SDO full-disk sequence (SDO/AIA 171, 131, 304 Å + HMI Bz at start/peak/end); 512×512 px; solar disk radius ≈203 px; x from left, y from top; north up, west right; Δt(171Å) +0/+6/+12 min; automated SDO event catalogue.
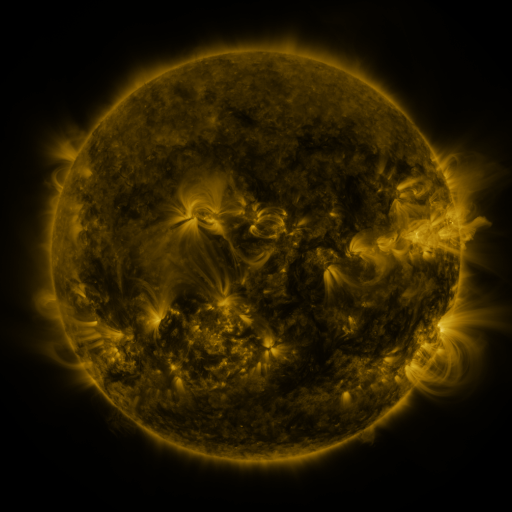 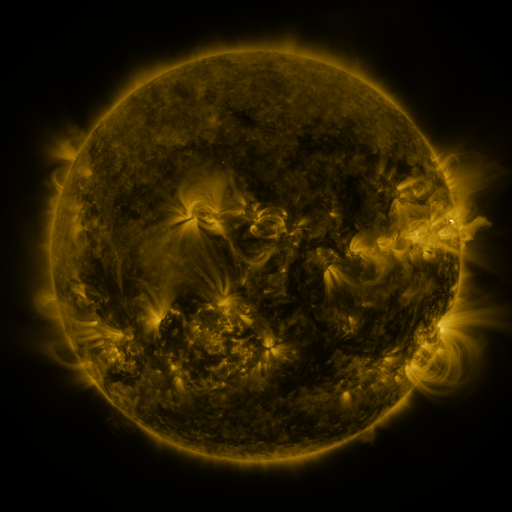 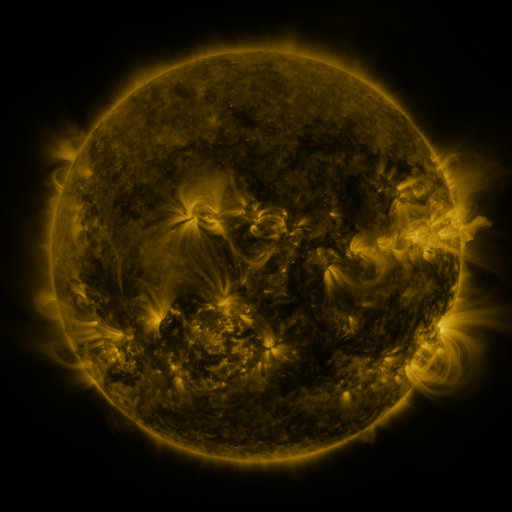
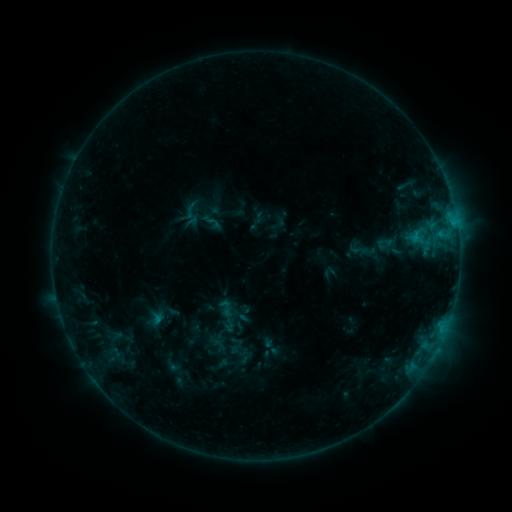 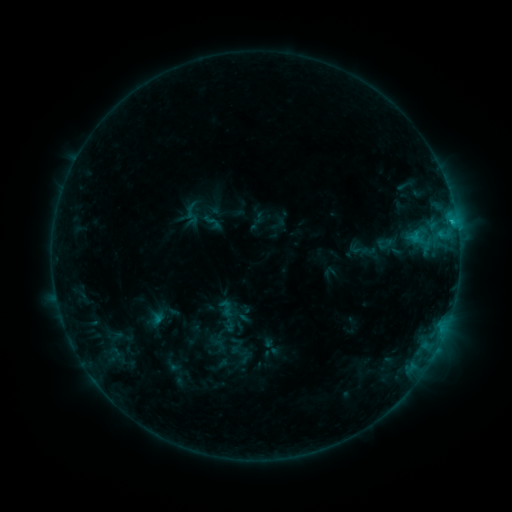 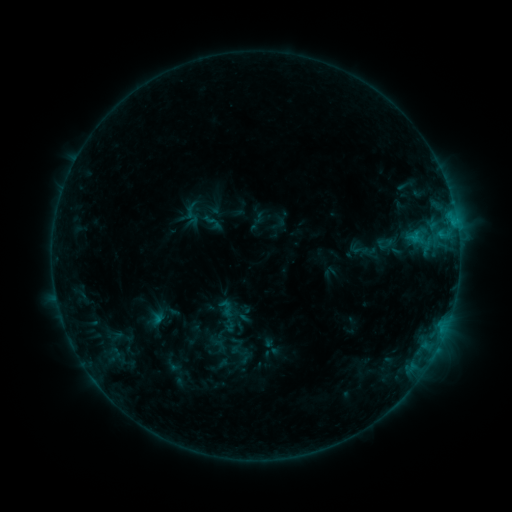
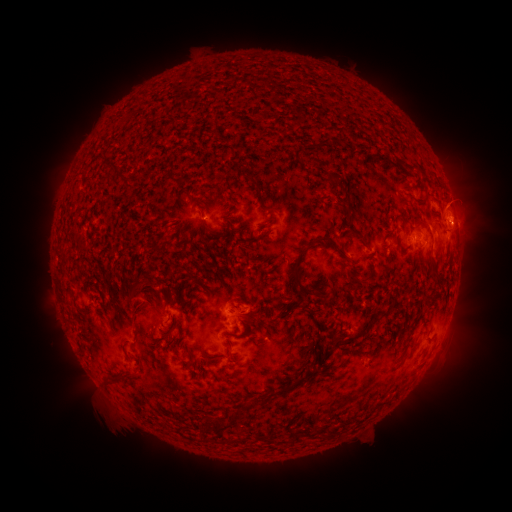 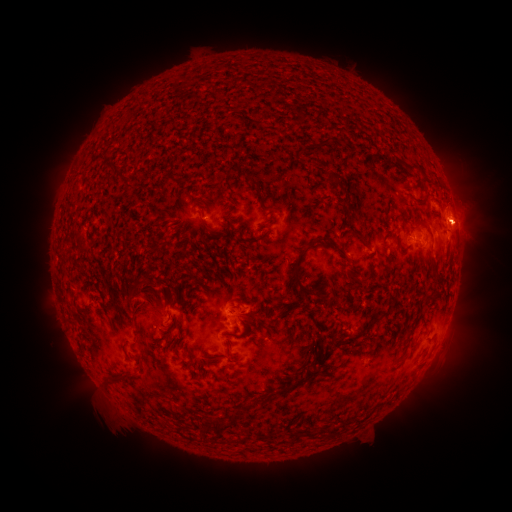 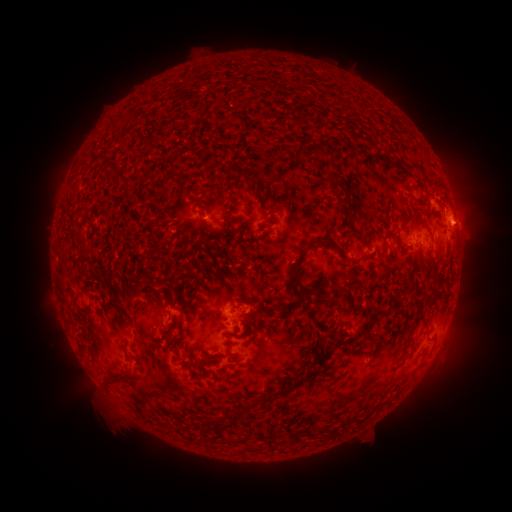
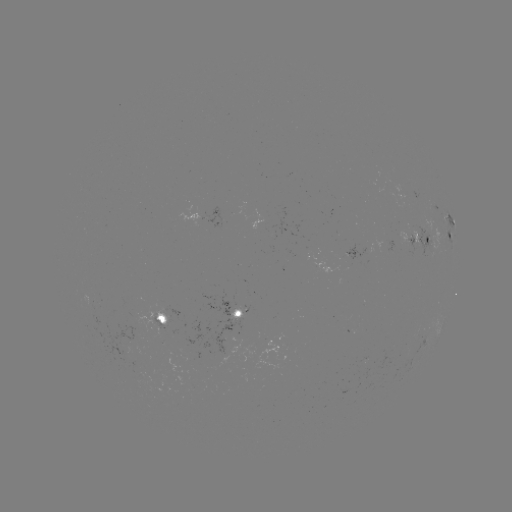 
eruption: <bbox>447, 195, 499, 247</bbox>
